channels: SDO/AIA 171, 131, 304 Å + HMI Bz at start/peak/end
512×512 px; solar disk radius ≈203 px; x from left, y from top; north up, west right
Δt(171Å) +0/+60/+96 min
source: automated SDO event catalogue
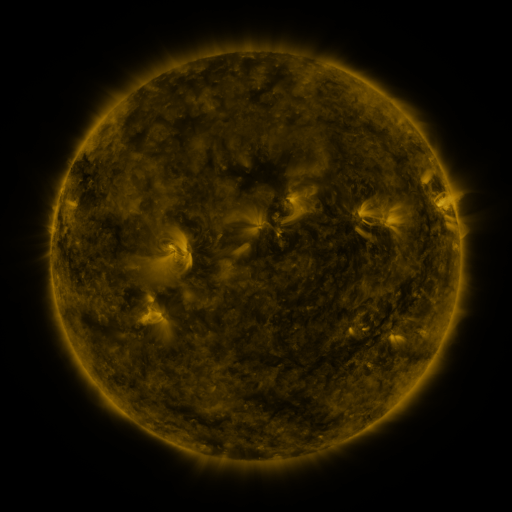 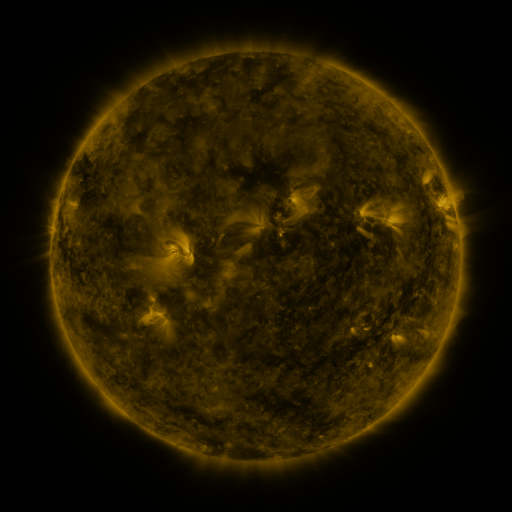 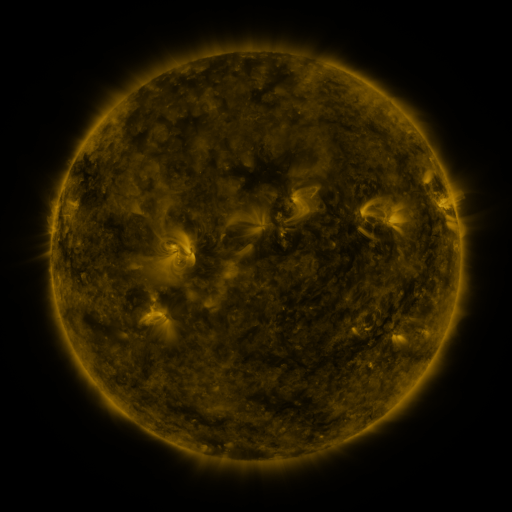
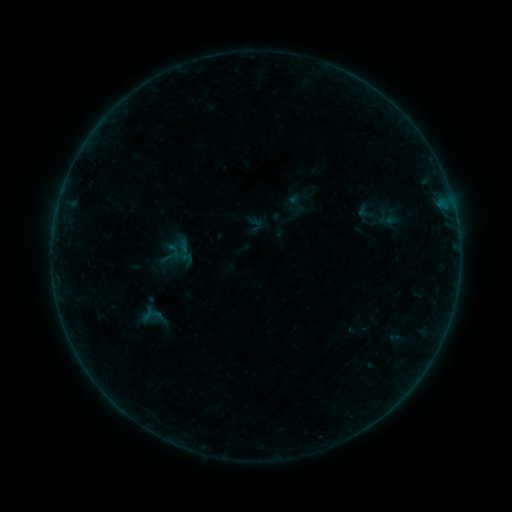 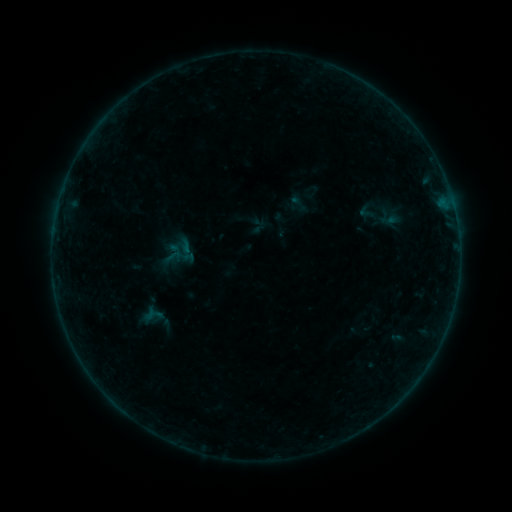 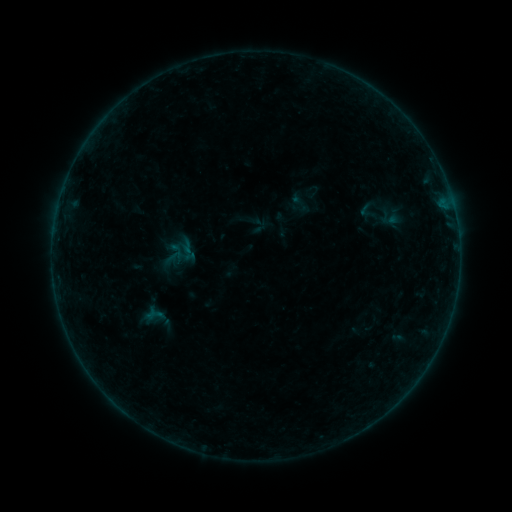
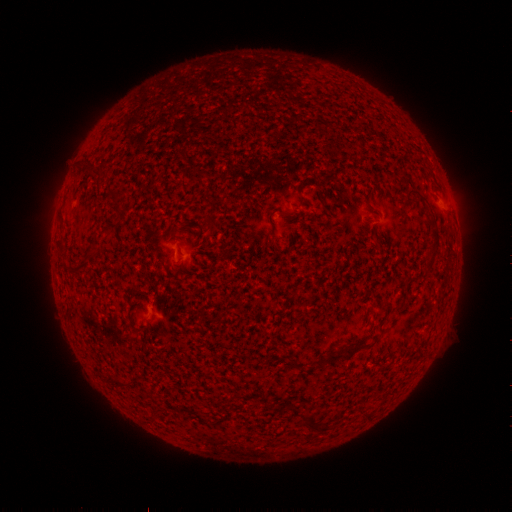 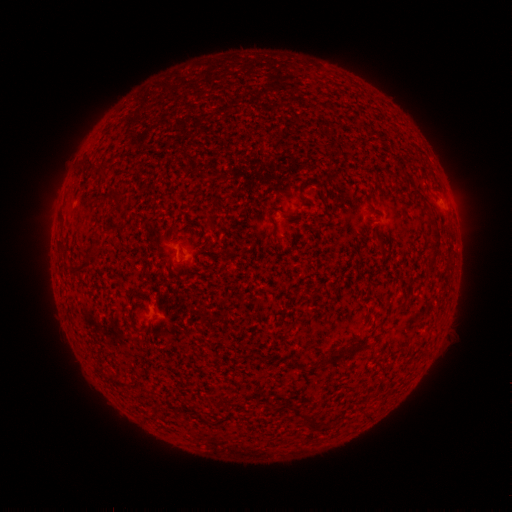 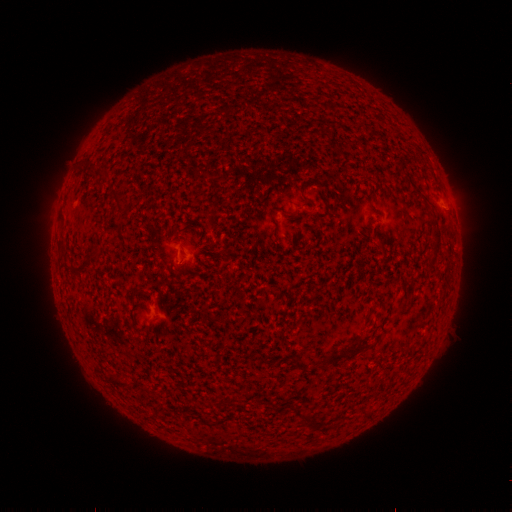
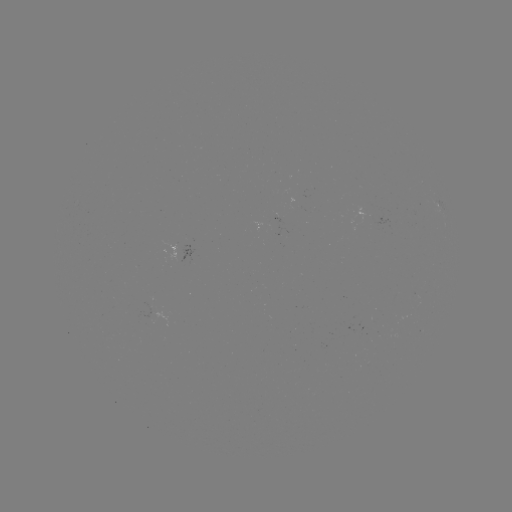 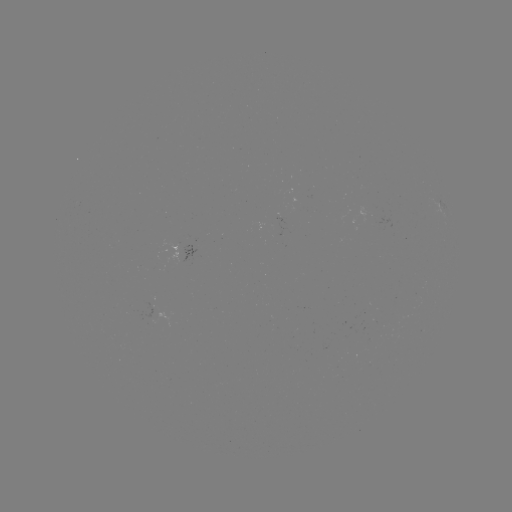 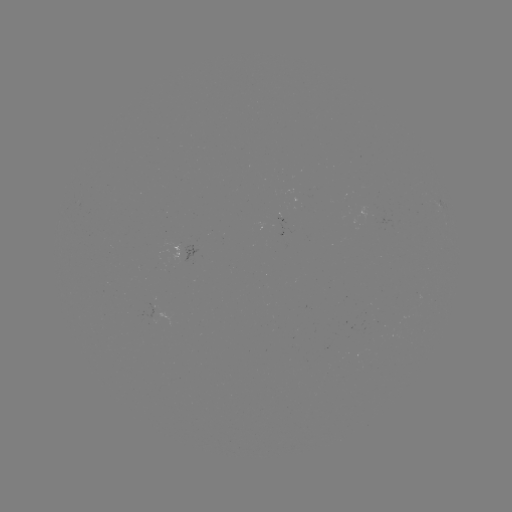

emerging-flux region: (180, 245, 197, 264)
